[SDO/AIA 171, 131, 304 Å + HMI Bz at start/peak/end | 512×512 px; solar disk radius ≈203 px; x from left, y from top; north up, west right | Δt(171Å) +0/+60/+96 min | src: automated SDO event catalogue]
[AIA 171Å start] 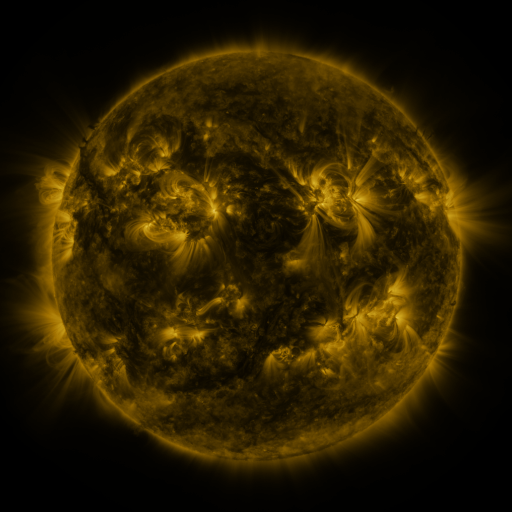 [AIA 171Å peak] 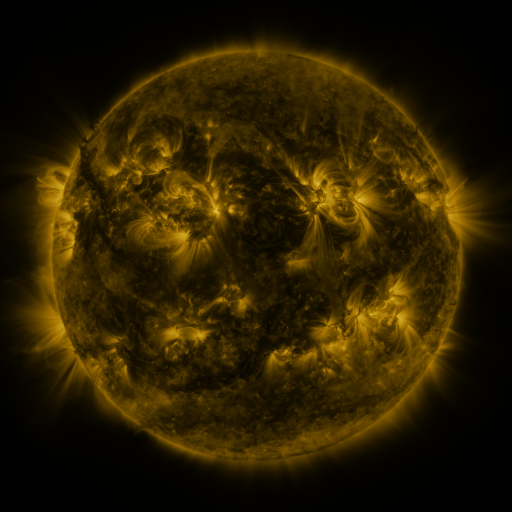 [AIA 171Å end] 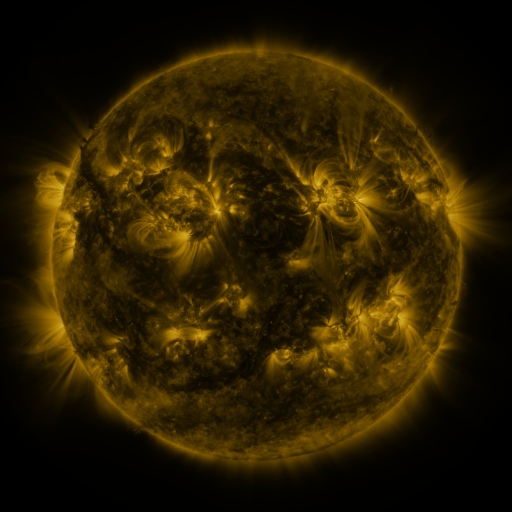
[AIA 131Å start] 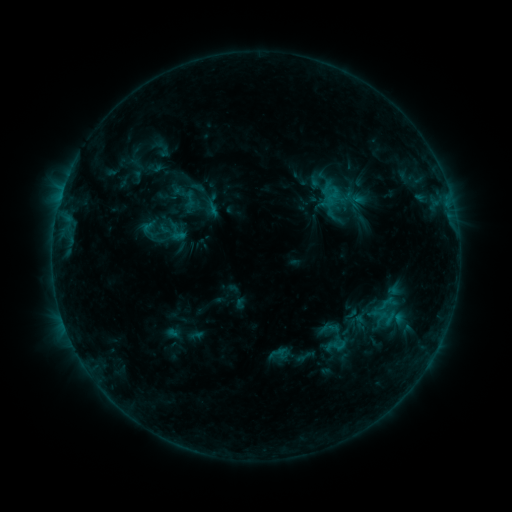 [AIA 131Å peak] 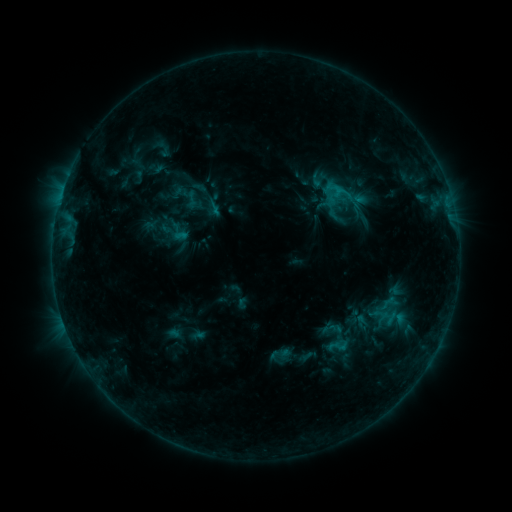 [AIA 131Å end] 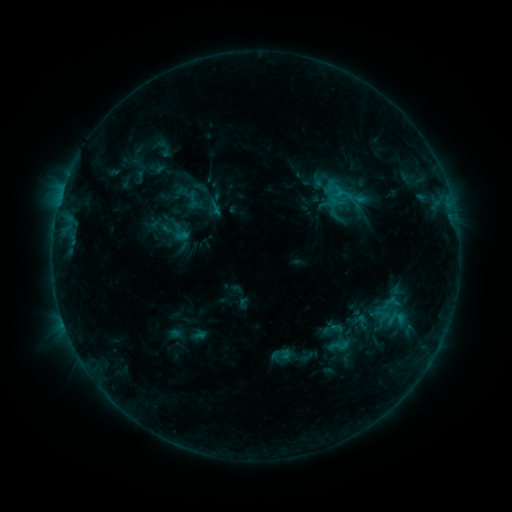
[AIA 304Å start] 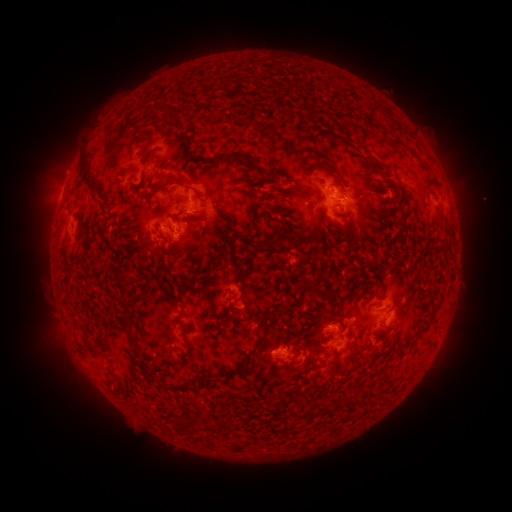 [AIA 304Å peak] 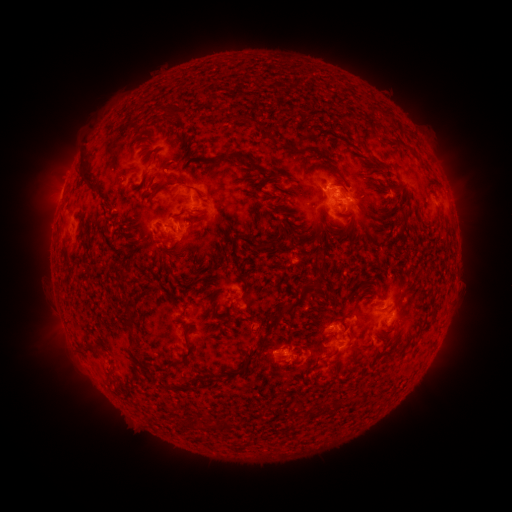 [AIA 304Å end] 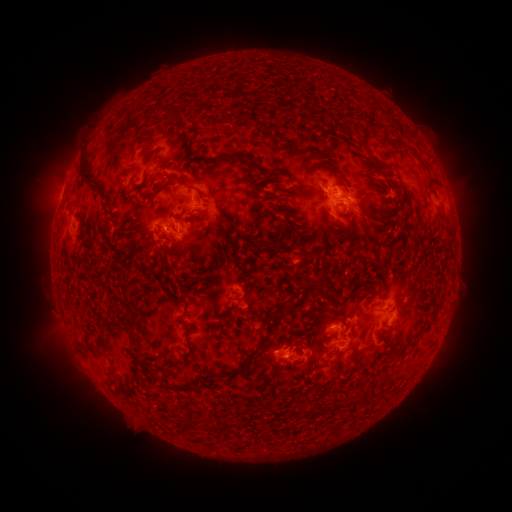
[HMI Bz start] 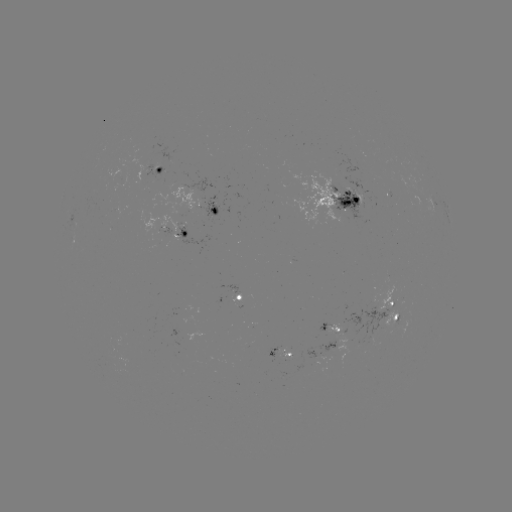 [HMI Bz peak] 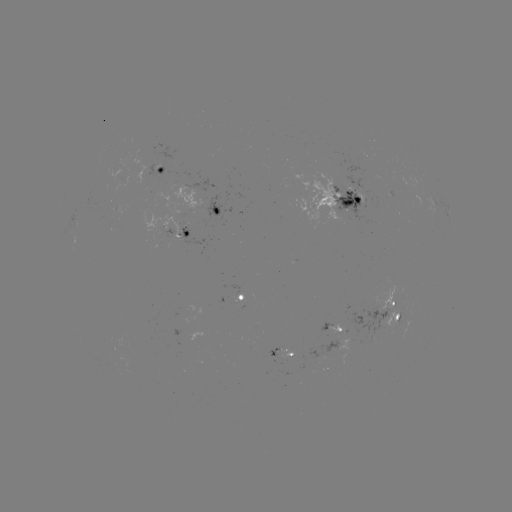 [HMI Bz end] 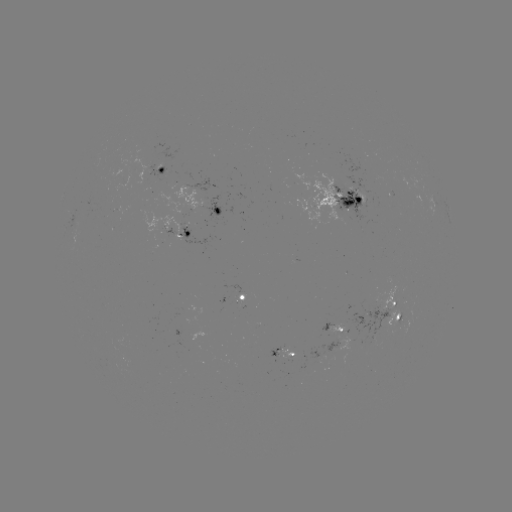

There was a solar emerging-flux region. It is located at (373, 341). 